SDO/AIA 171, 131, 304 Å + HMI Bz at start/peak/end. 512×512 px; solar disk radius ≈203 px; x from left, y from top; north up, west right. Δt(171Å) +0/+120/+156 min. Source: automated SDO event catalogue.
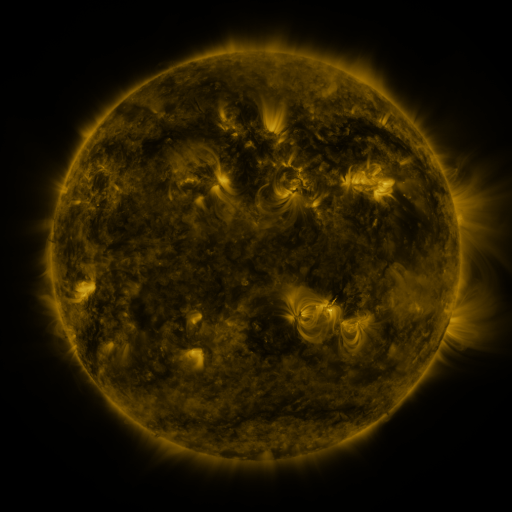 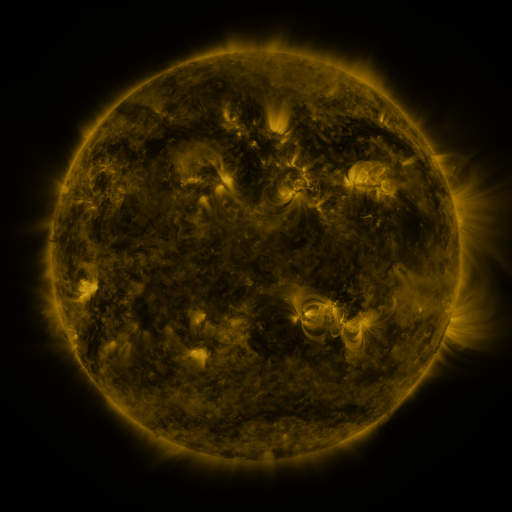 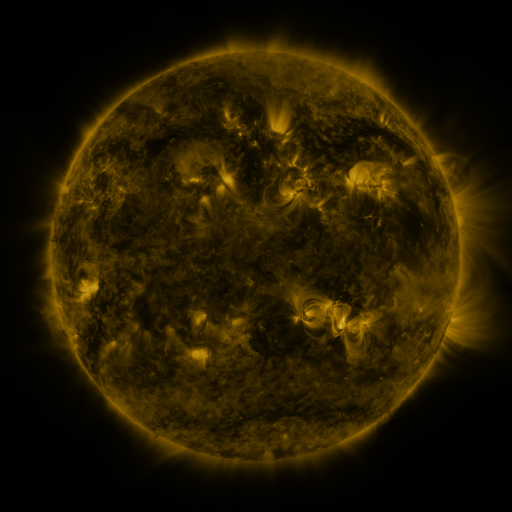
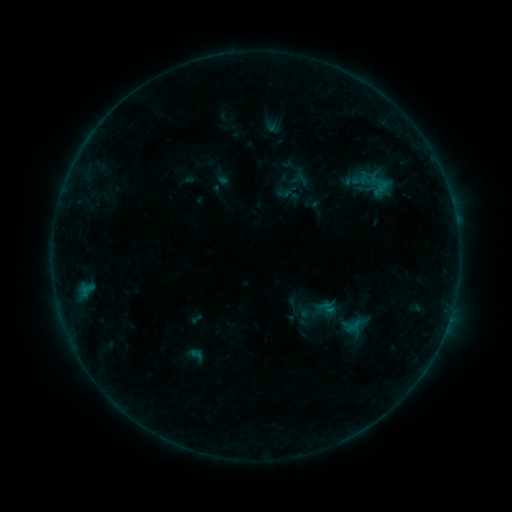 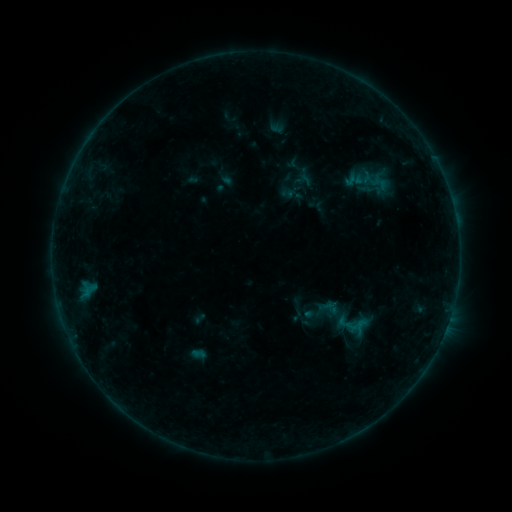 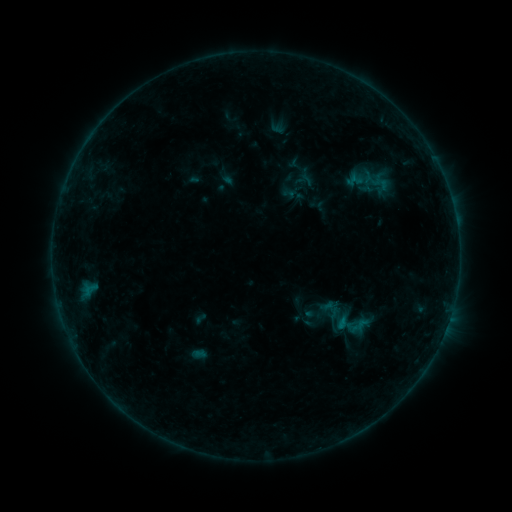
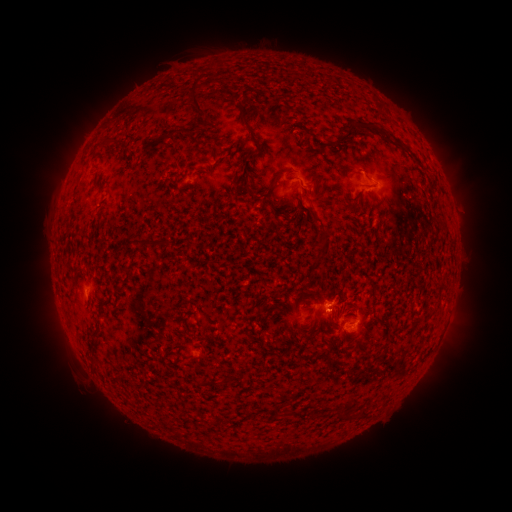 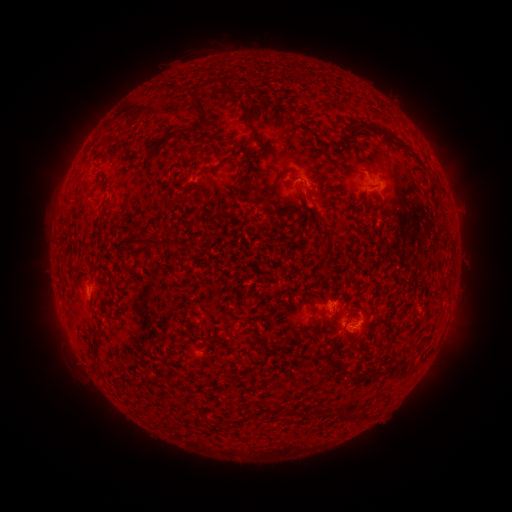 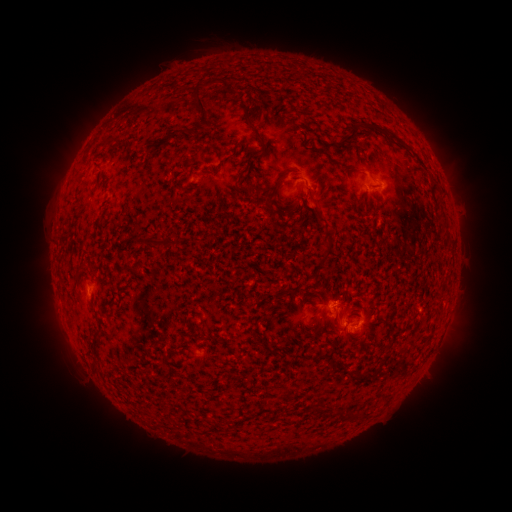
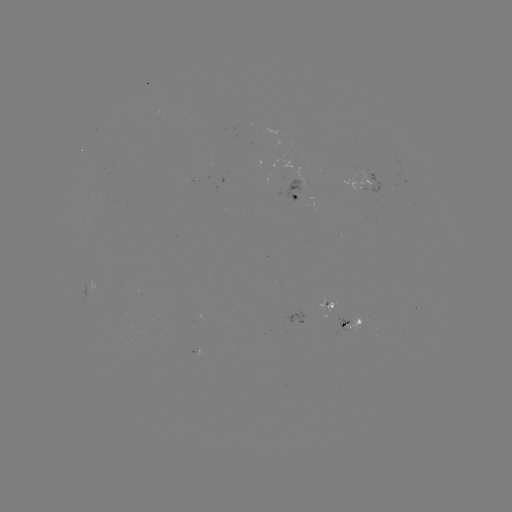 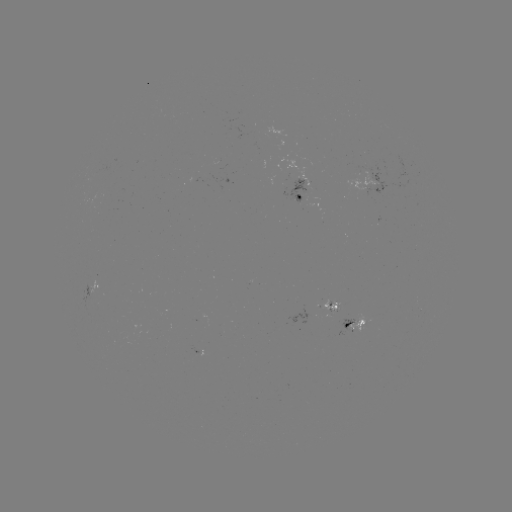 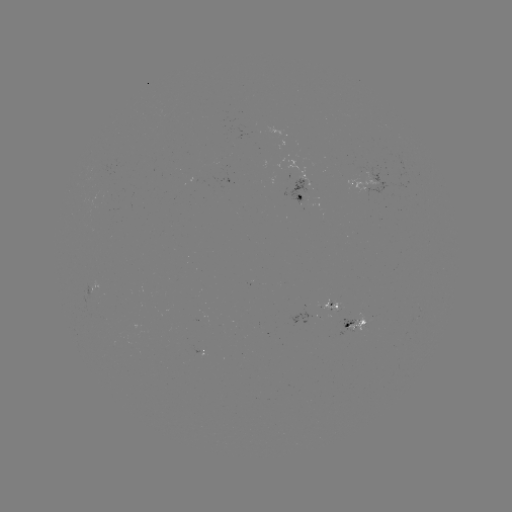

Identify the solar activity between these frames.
emerging-flux region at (338, 319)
